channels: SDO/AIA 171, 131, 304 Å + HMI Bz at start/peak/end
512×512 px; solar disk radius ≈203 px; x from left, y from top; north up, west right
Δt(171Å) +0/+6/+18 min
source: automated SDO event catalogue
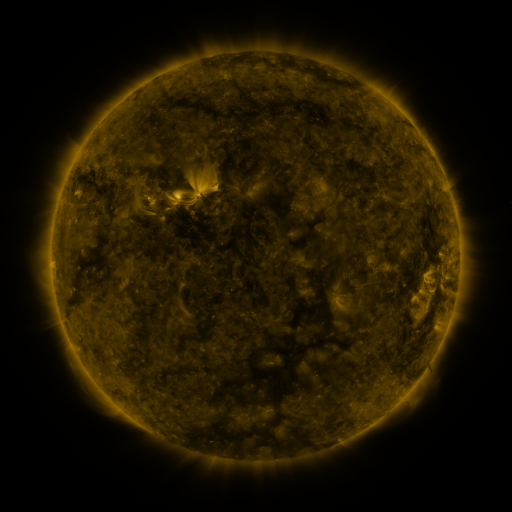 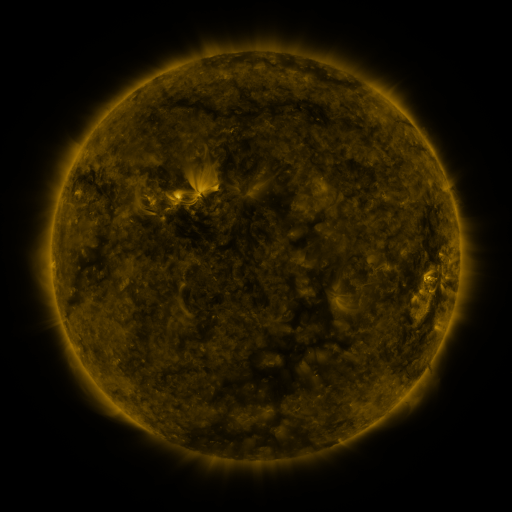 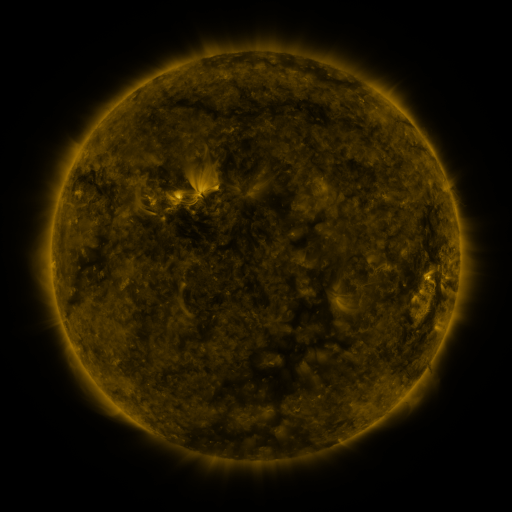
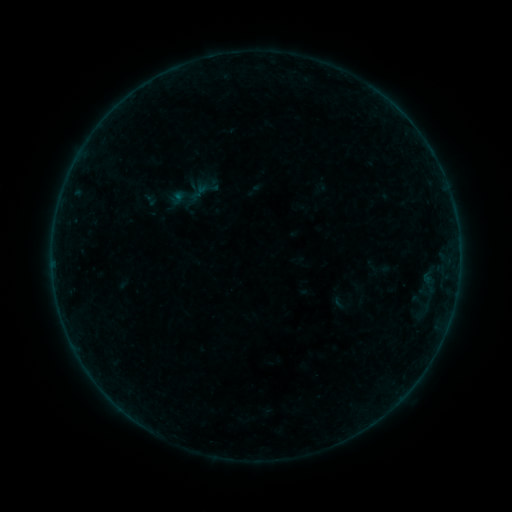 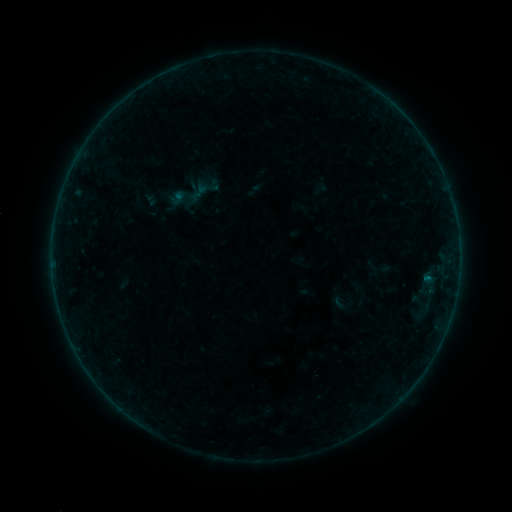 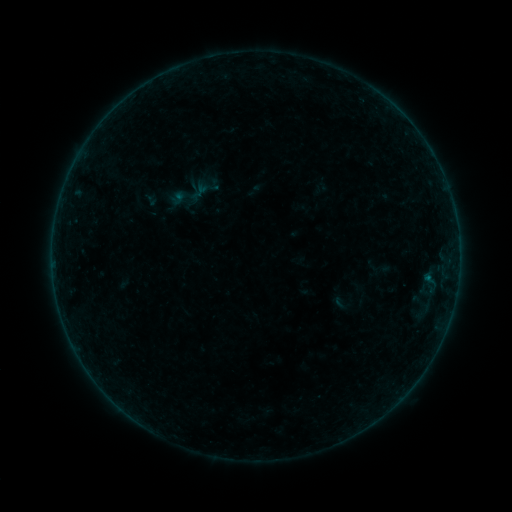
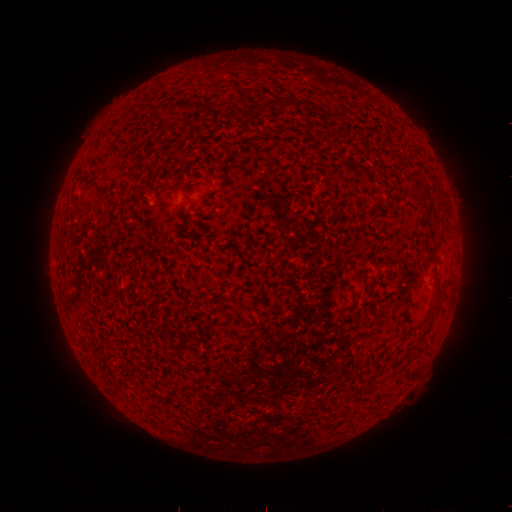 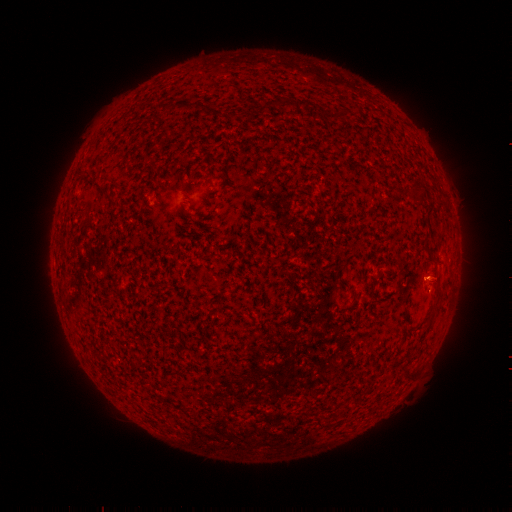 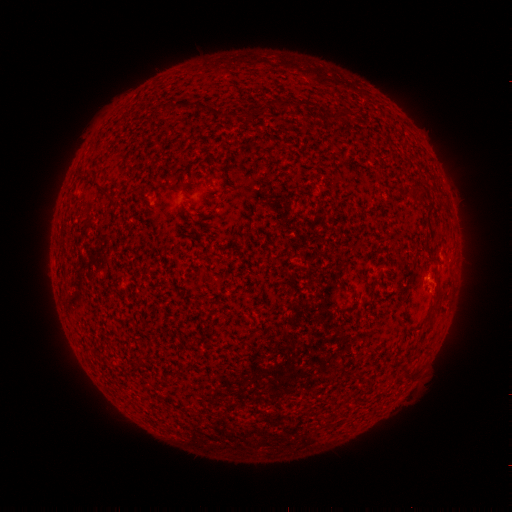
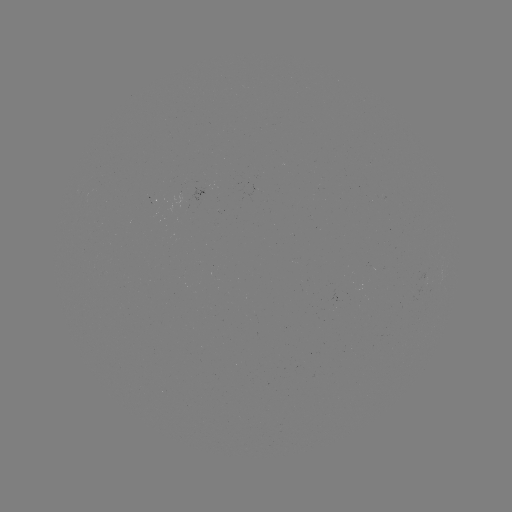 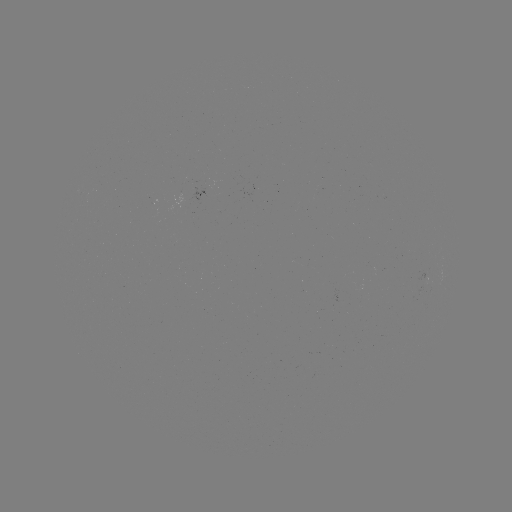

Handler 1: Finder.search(B1.8 flare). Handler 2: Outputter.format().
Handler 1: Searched B1.8 flare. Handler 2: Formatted [427, 277].